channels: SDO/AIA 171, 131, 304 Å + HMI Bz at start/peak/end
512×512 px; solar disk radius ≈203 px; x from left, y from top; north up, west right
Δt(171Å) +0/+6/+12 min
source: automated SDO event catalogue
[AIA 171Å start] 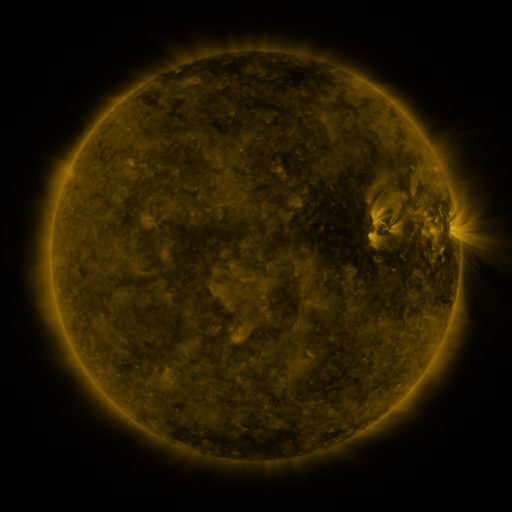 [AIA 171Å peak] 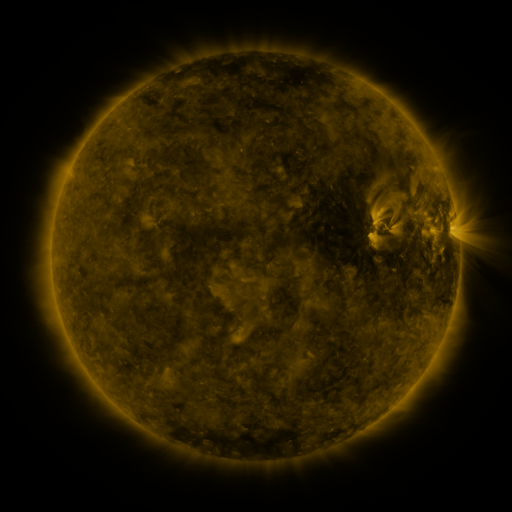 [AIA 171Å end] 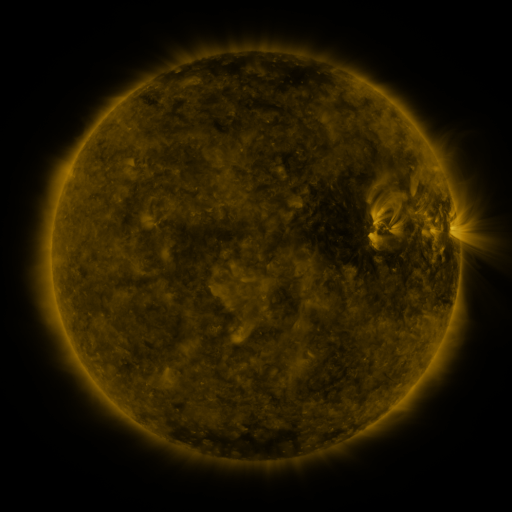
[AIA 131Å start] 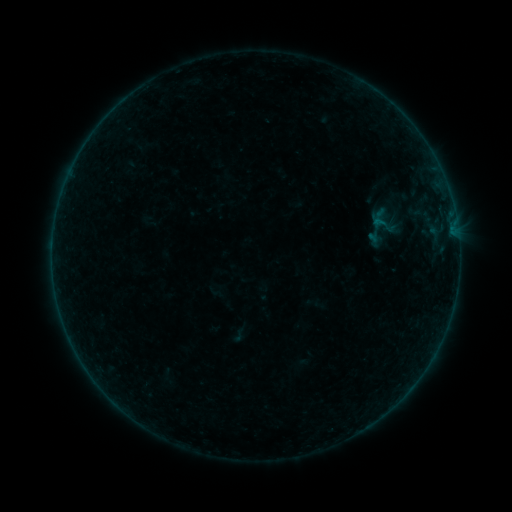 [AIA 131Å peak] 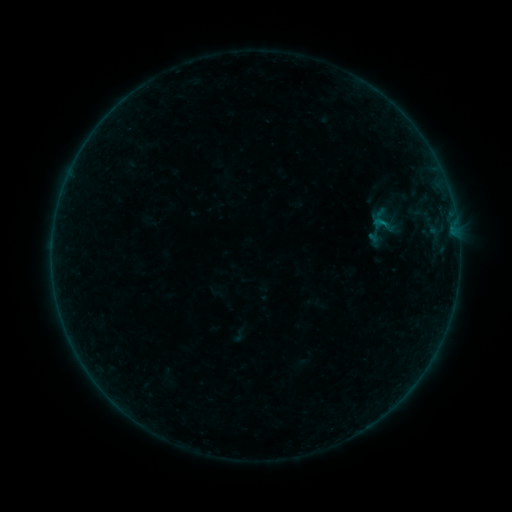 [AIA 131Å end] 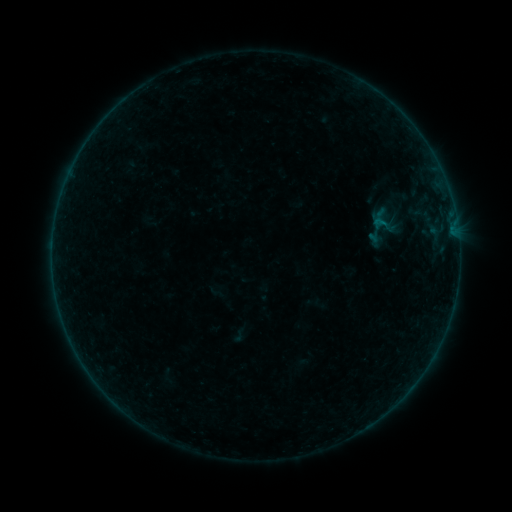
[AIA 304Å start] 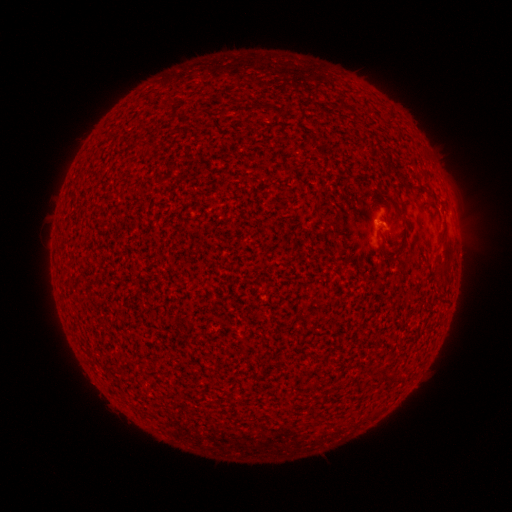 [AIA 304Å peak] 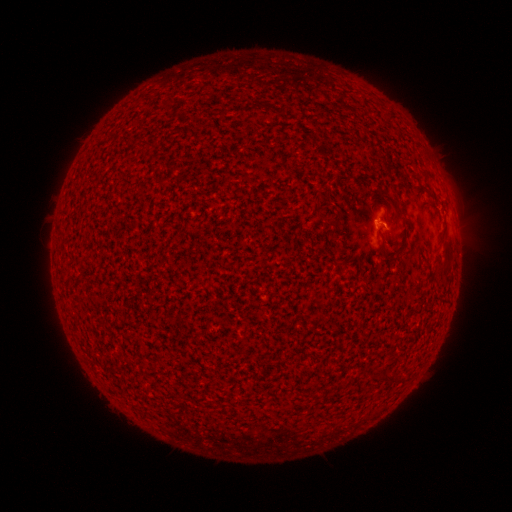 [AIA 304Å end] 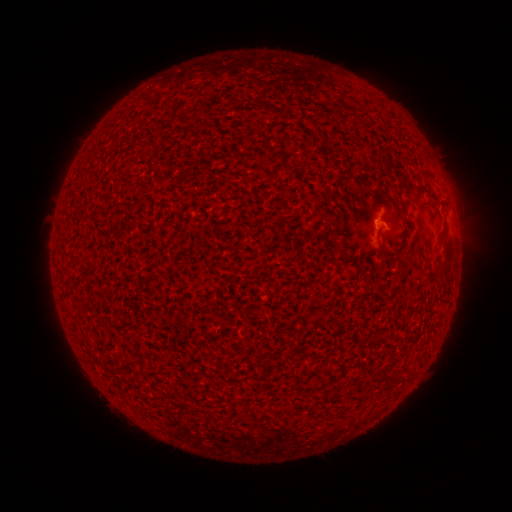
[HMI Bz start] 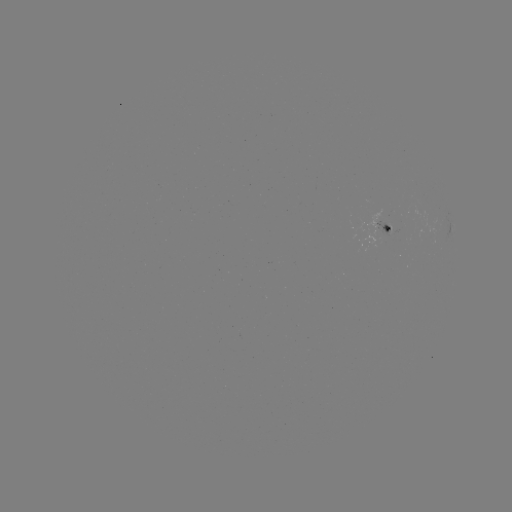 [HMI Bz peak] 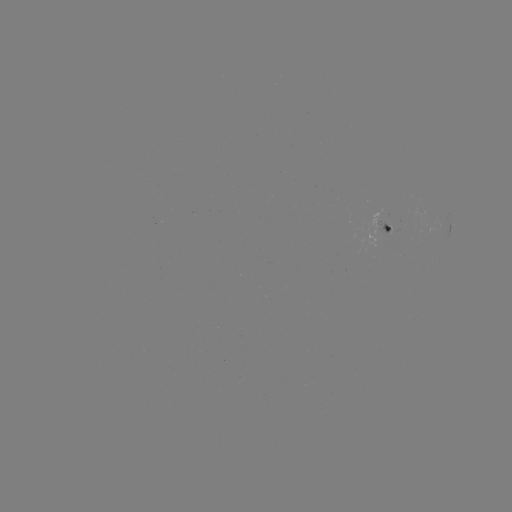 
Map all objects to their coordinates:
B2.3 flare: (380, 223)
